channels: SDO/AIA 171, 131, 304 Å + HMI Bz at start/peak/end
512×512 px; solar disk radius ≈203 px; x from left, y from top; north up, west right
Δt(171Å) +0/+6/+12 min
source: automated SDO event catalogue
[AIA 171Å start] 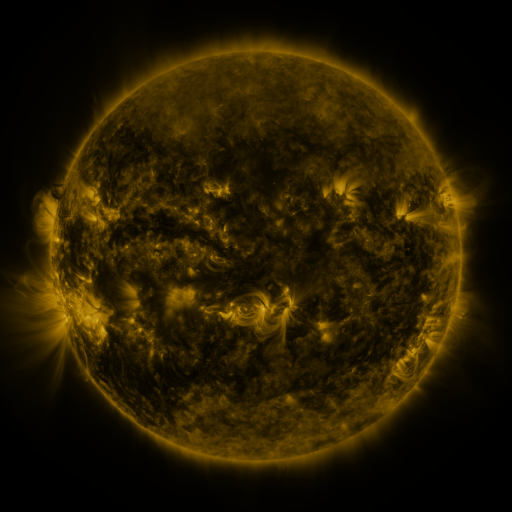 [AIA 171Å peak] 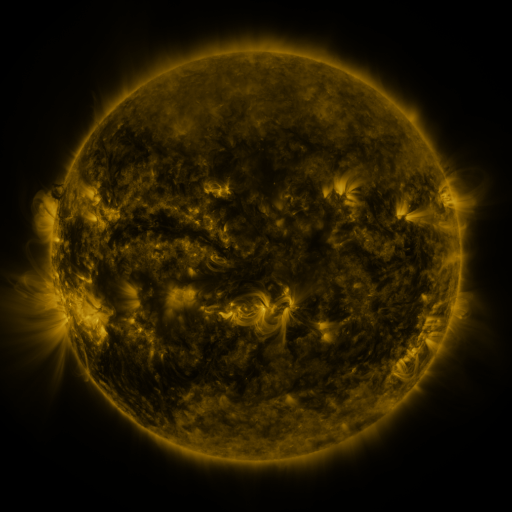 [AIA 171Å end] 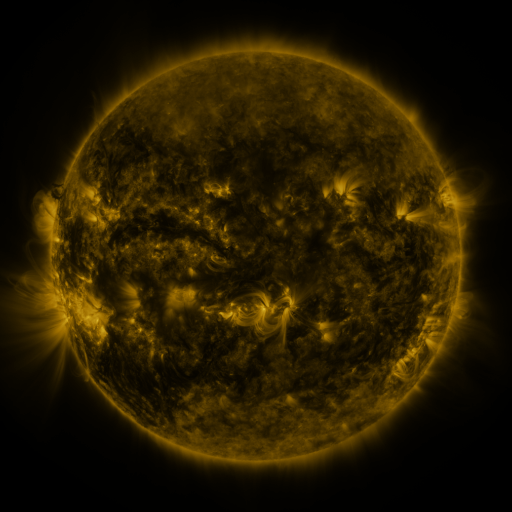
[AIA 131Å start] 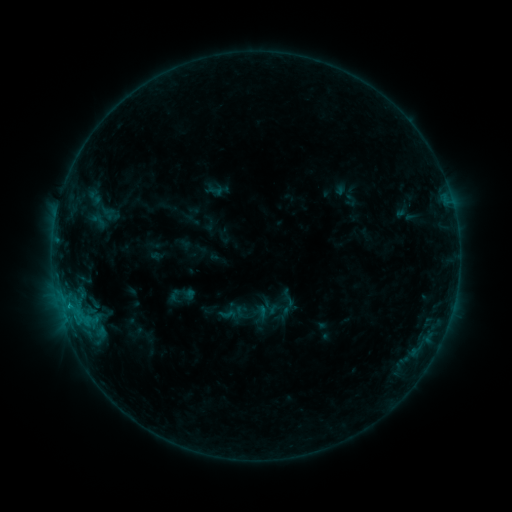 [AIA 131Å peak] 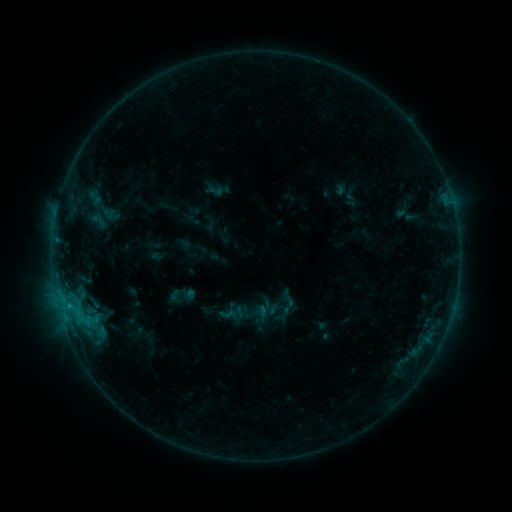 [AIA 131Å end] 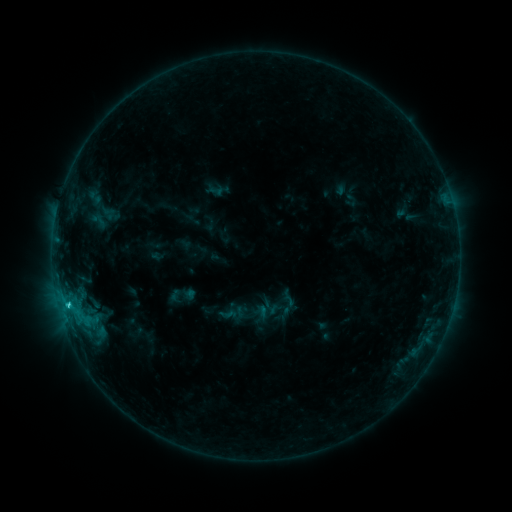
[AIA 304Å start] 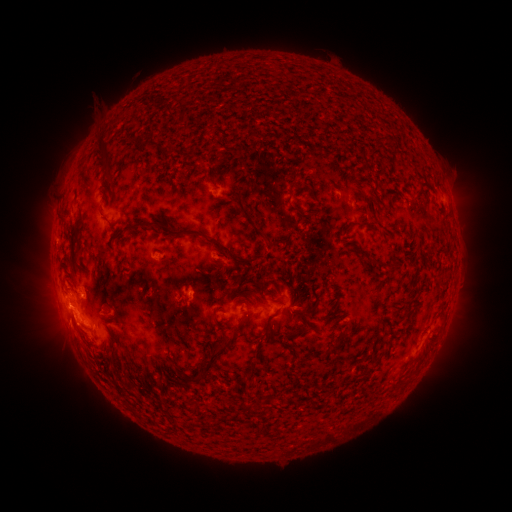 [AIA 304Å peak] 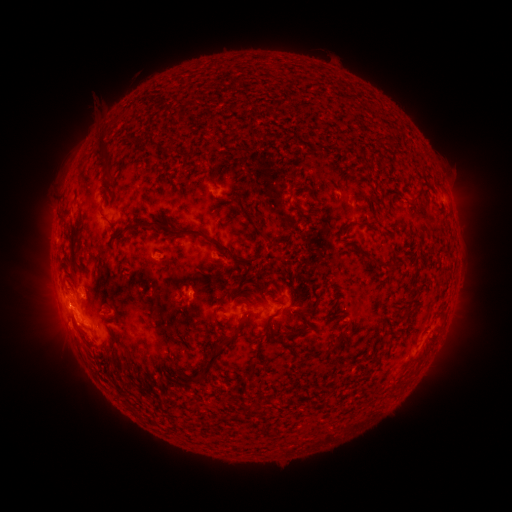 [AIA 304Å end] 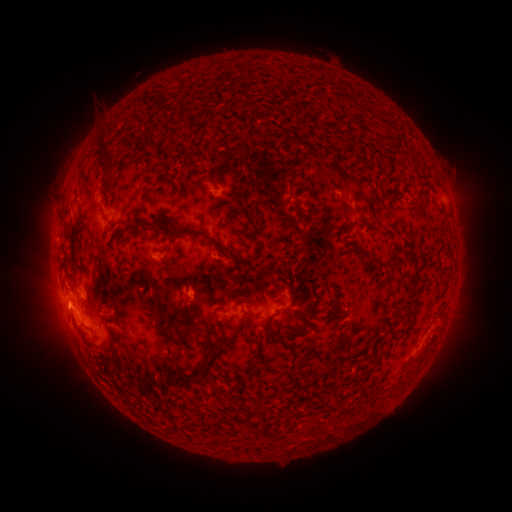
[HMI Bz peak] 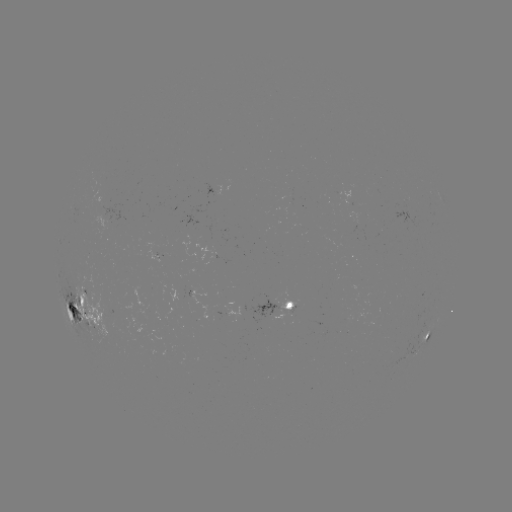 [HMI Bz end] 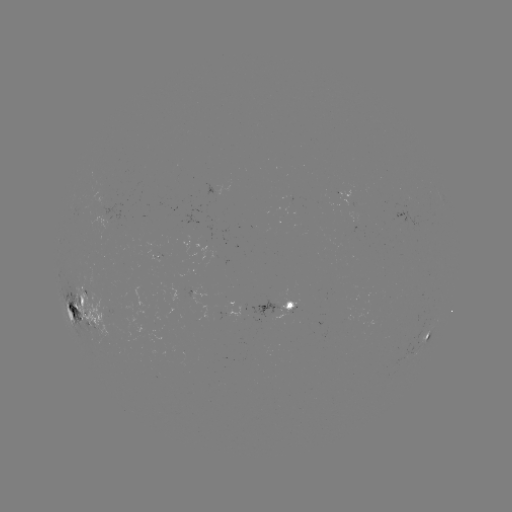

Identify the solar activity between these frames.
C2.6 flare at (70, 305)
